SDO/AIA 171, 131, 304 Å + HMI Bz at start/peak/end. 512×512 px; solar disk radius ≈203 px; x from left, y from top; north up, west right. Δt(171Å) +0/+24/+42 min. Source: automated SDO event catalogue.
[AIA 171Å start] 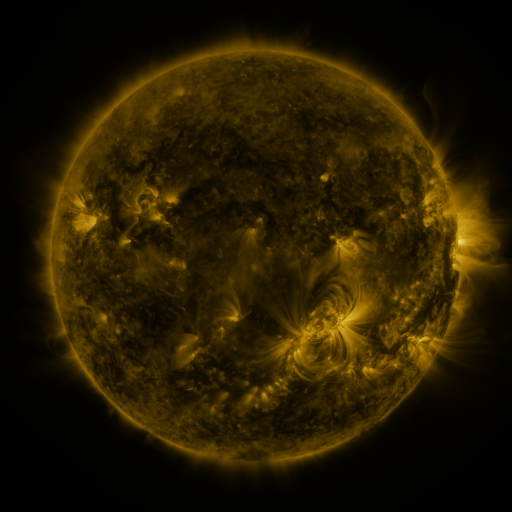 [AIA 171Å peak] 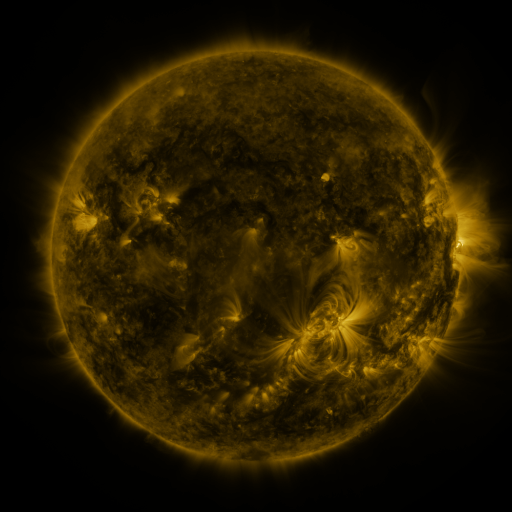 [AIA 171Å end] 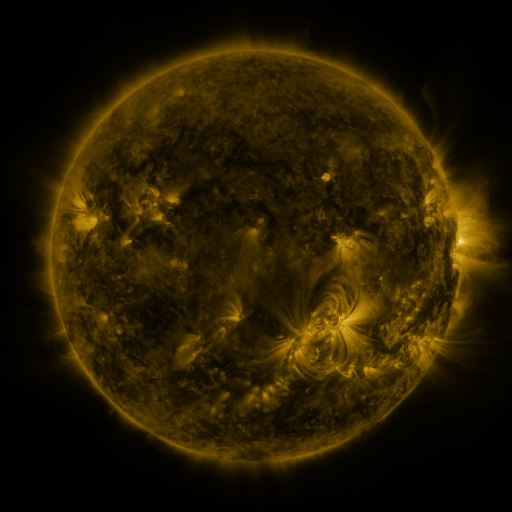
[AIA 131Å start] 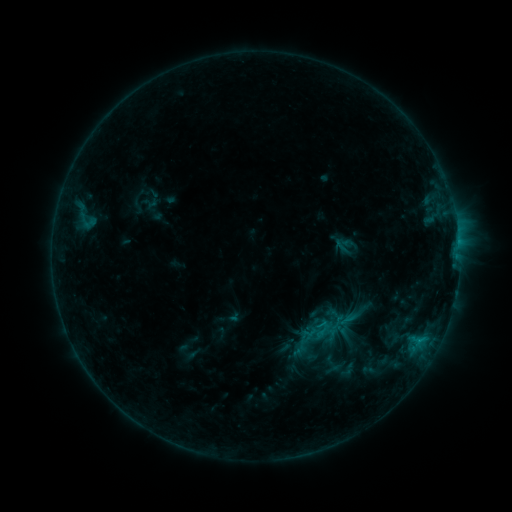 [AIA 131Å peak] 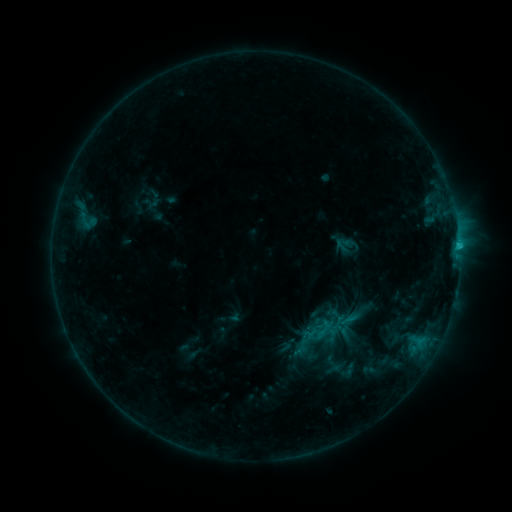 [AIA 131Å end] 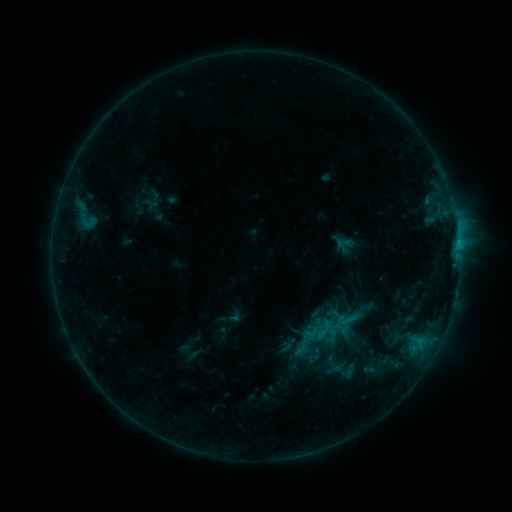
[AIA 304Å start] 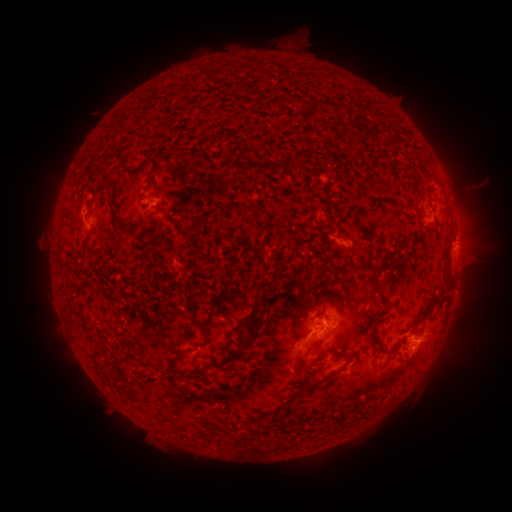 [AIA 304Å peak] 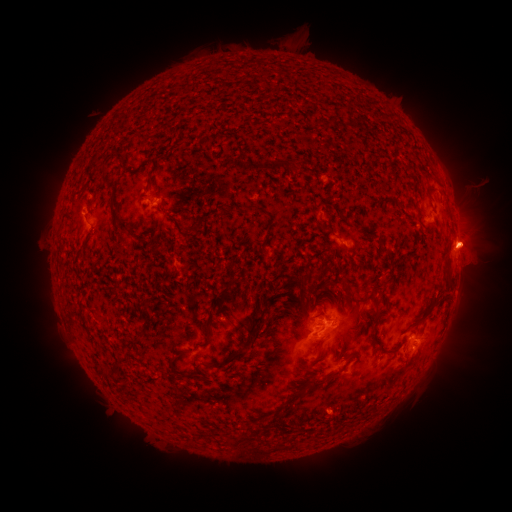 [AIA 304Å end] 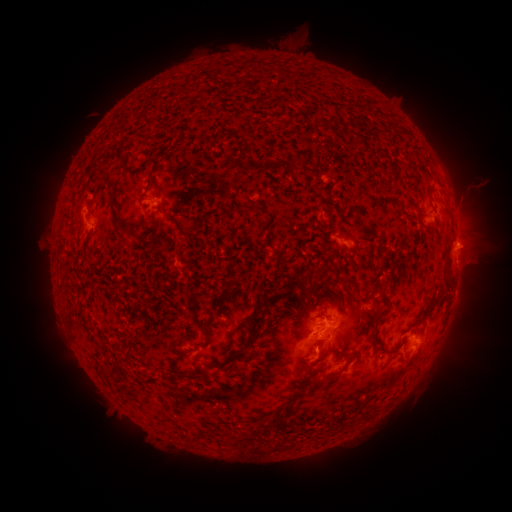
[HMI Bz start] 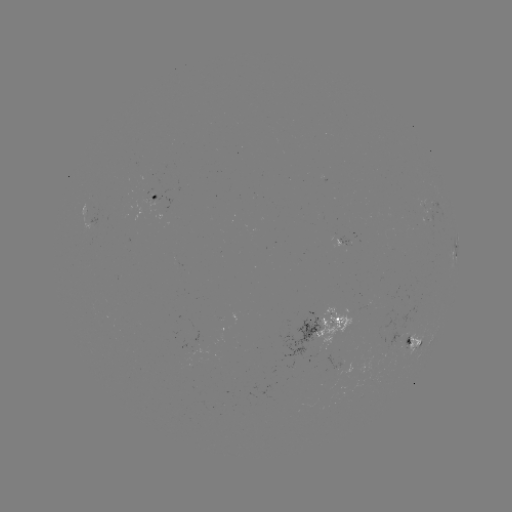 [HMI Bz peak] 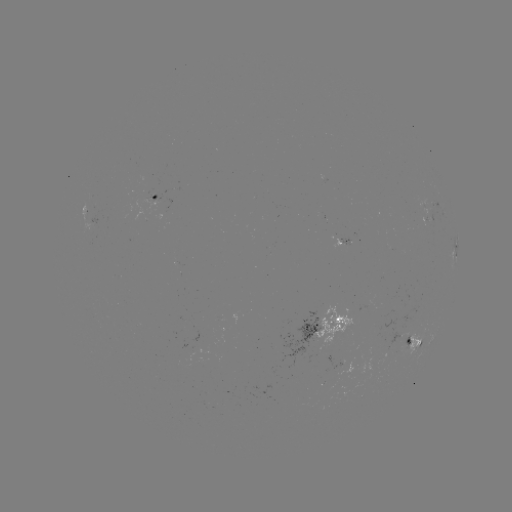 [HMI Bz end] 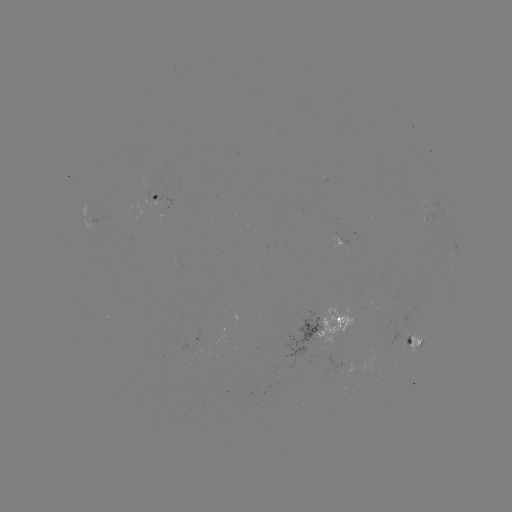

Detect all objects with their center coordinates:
C1.1 flare: (458, 246)
